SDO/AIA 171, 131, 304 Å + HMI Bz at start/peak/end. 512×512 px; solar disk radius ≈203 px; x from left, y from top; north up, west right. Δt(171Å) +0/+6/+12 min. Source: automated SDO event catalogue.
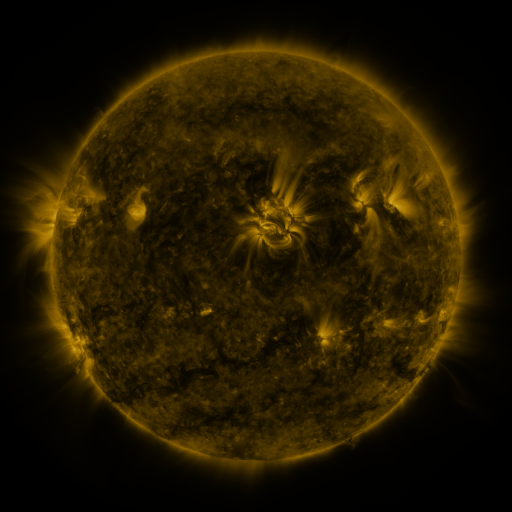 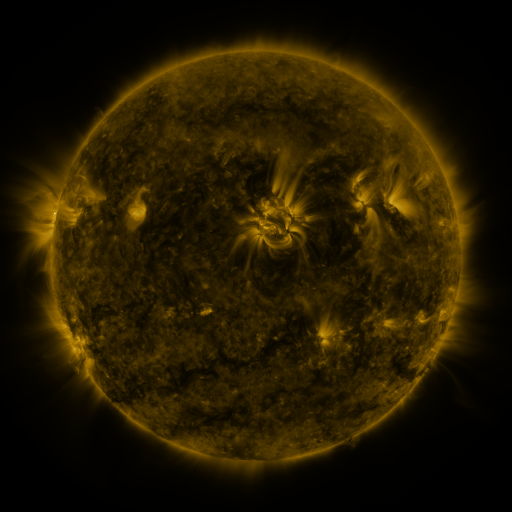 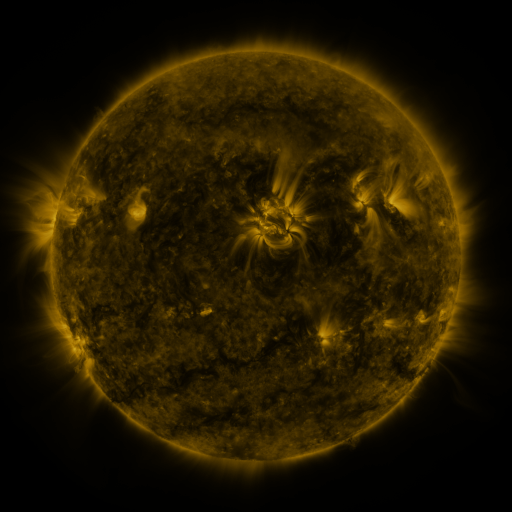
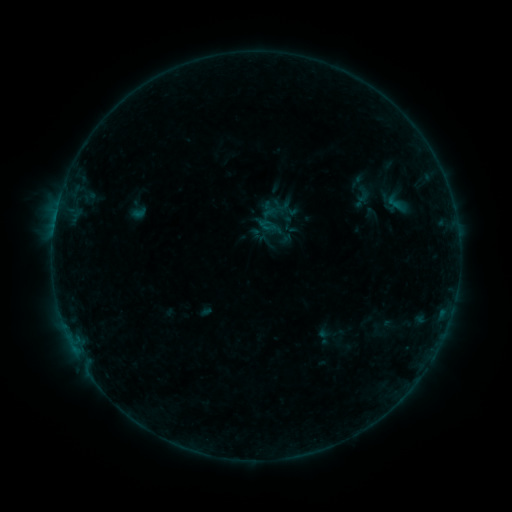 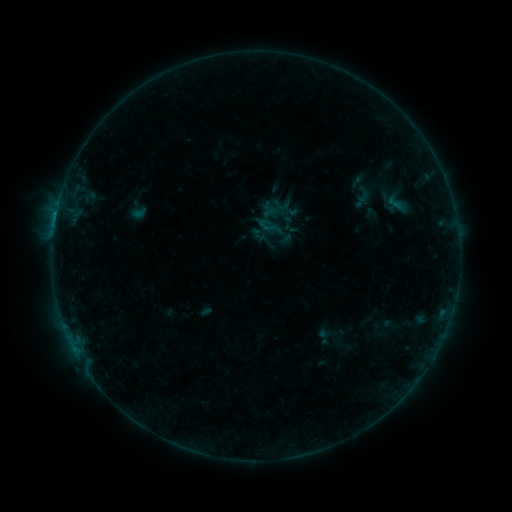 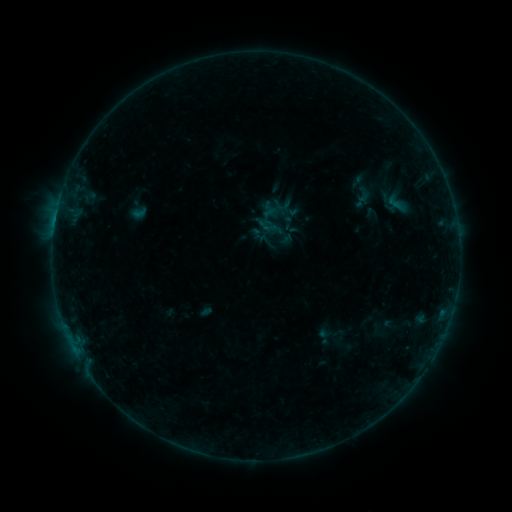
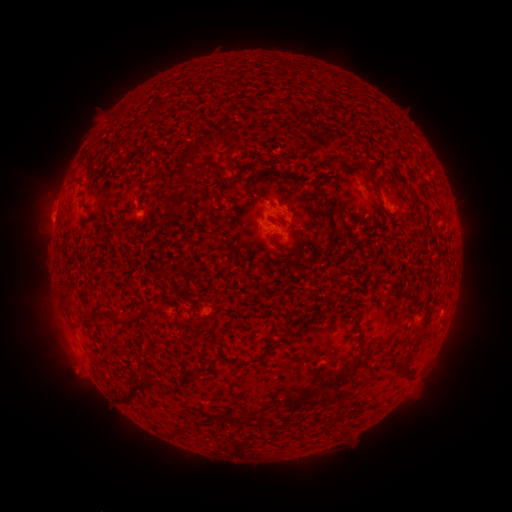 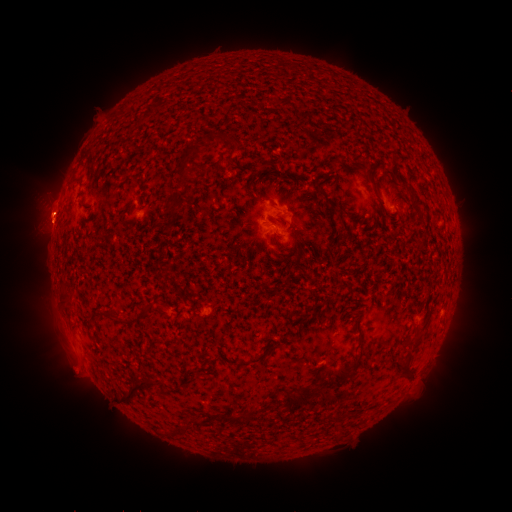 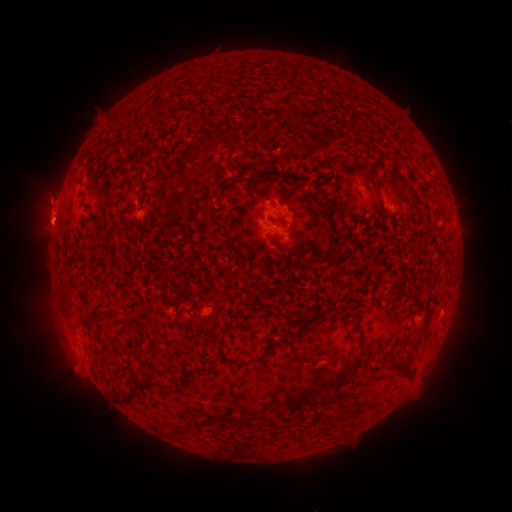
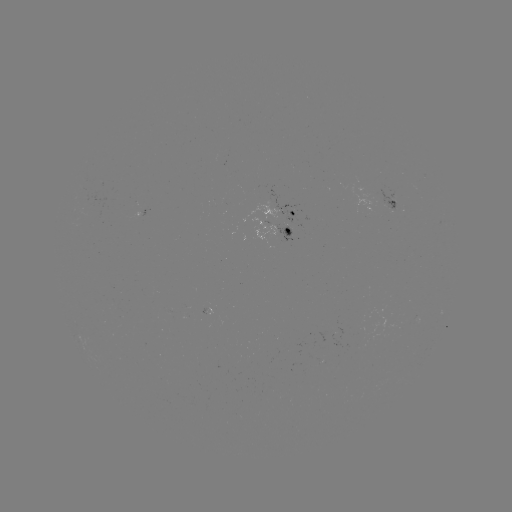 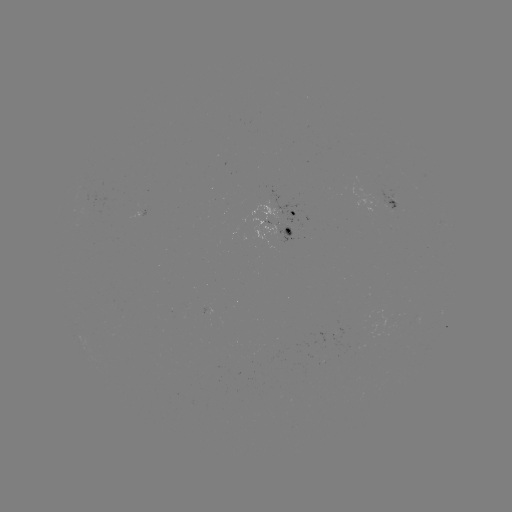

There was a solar flare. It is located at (56, 217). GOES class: B2.1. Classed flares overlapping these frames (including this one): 1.